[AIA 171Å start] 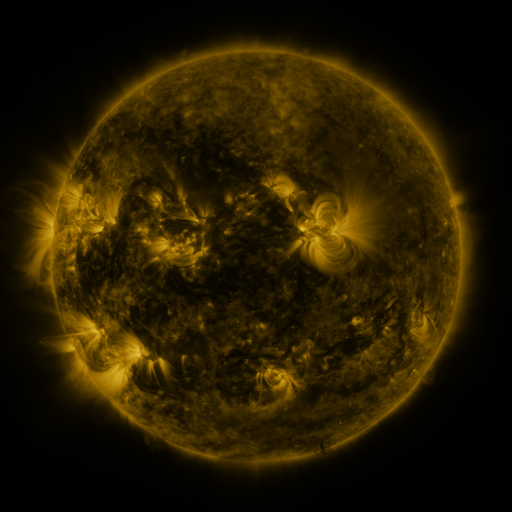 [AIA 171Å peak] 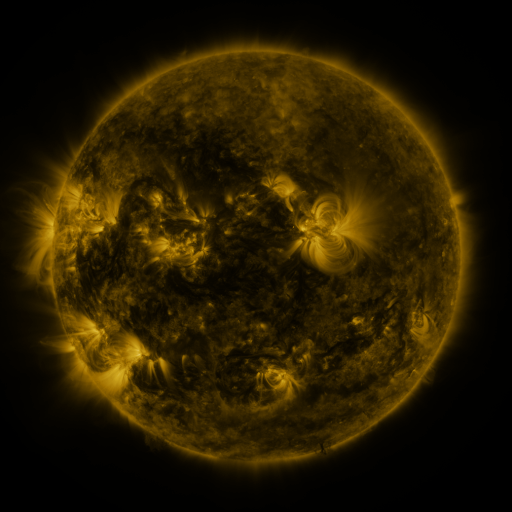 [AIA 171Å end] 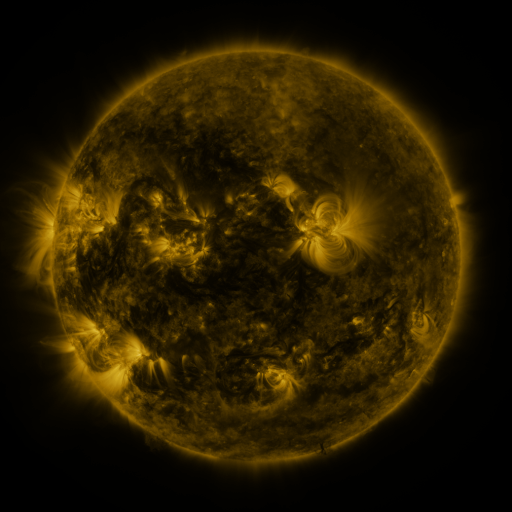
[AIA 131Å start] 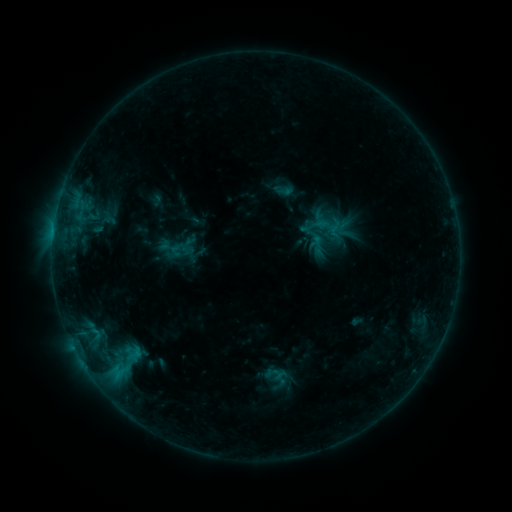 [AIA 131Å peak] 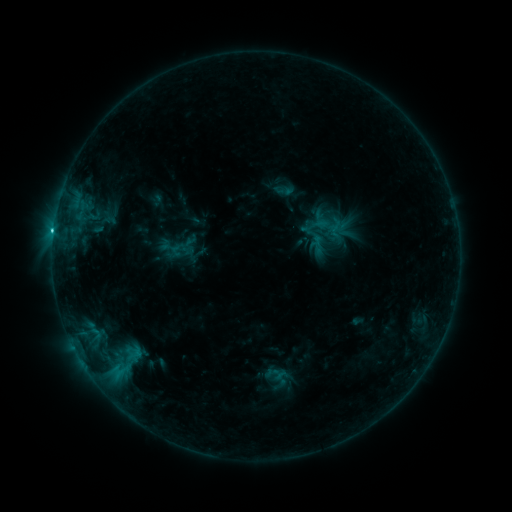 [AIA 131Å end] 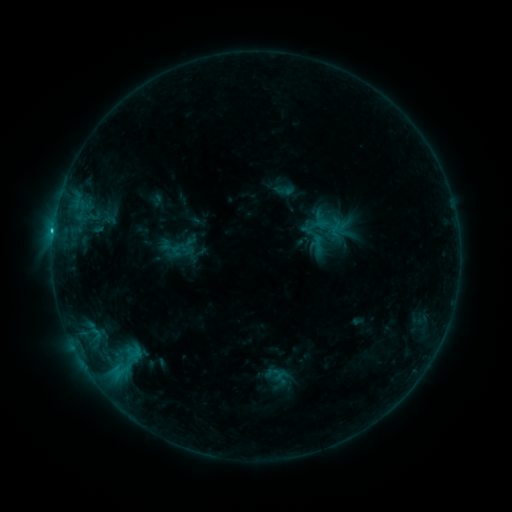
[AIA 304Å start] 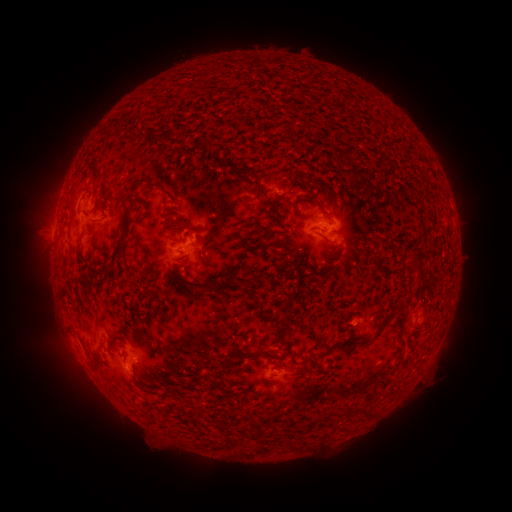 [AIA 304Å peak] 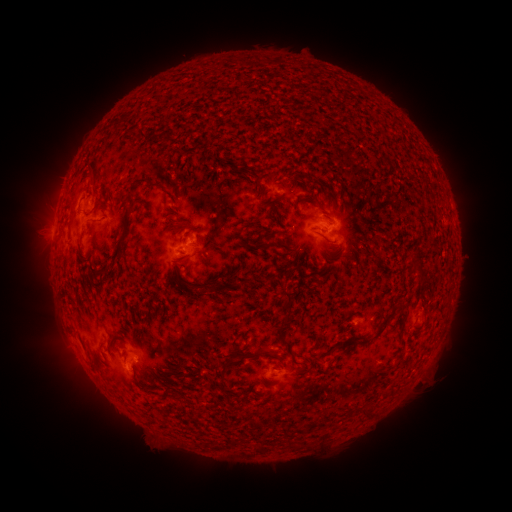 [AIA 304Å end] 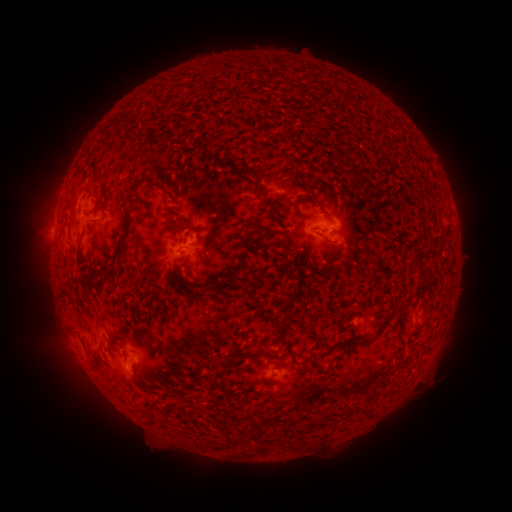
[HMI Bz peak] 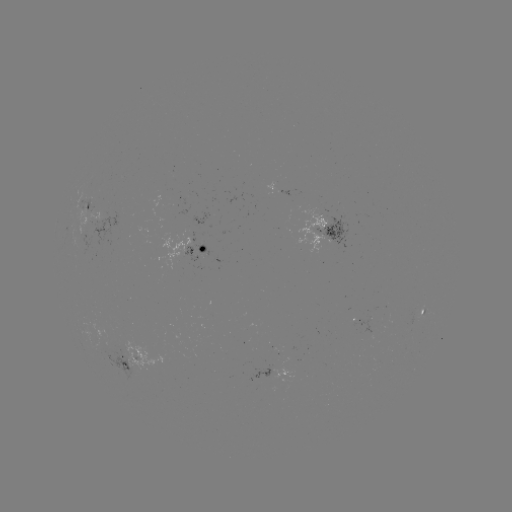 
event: flare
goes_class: C1.2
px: (53, 235)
